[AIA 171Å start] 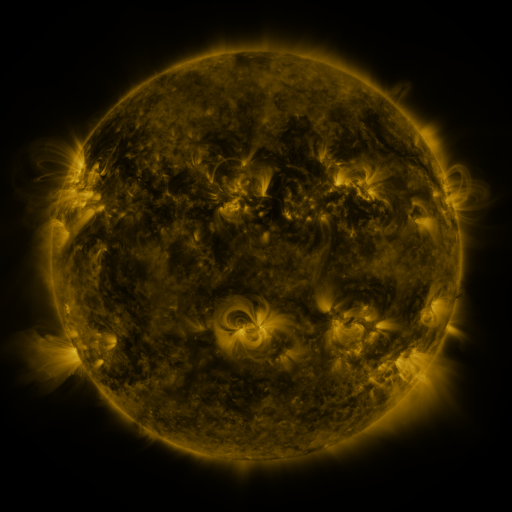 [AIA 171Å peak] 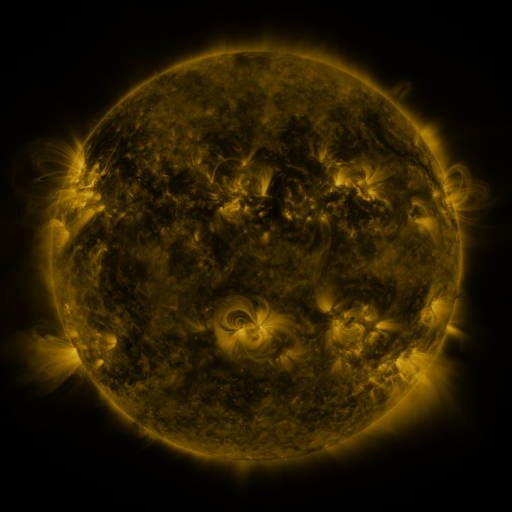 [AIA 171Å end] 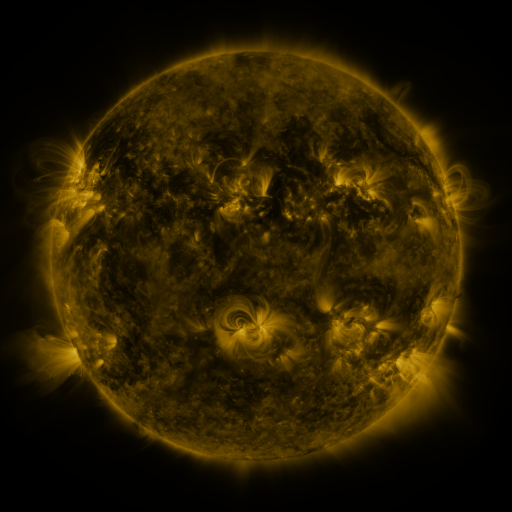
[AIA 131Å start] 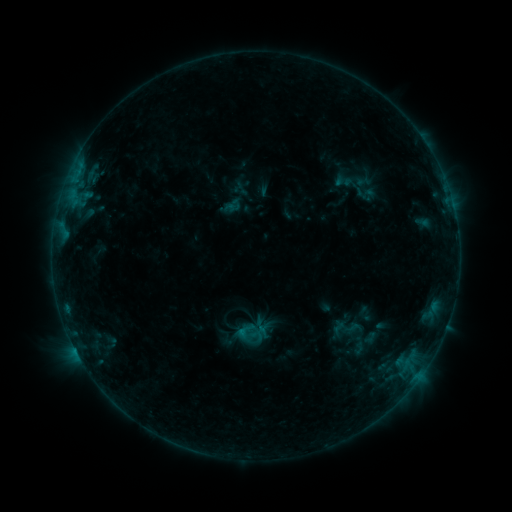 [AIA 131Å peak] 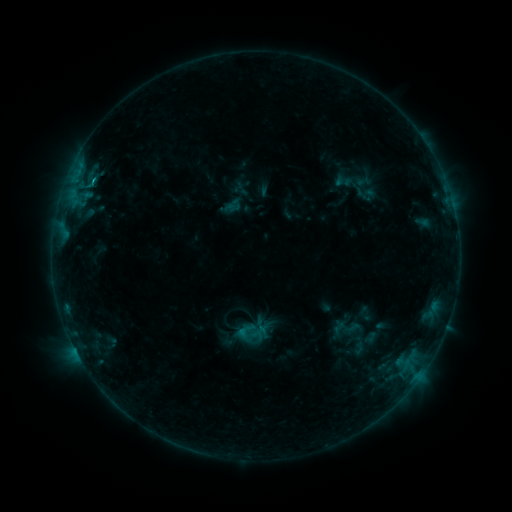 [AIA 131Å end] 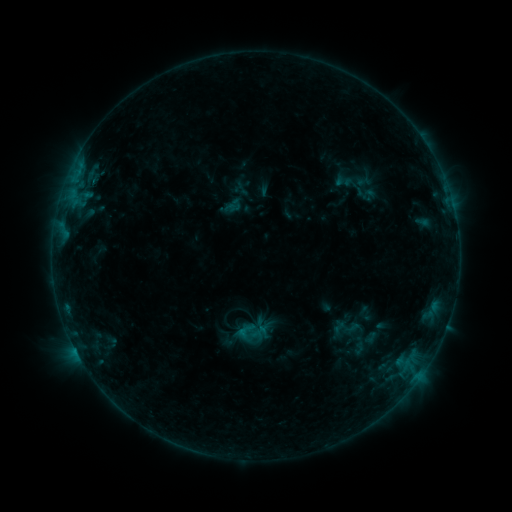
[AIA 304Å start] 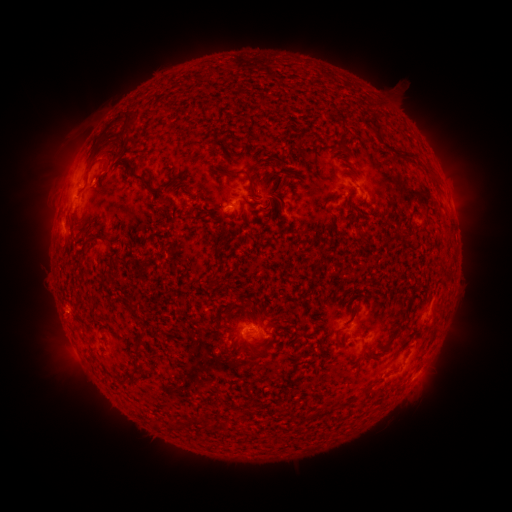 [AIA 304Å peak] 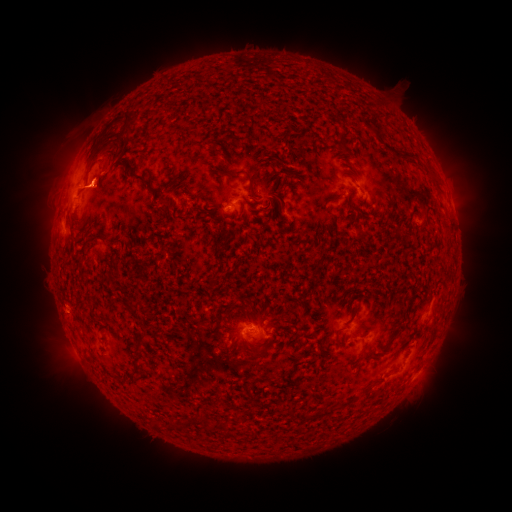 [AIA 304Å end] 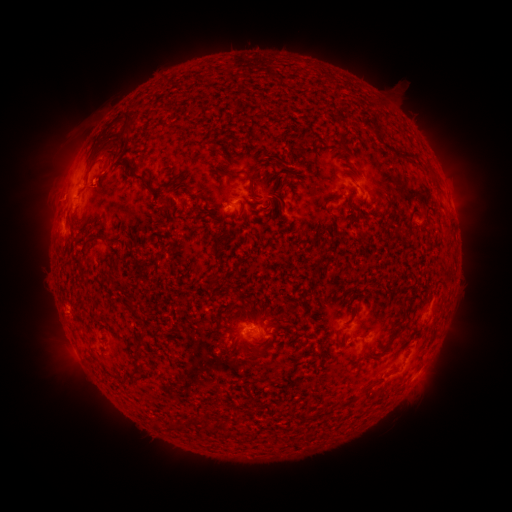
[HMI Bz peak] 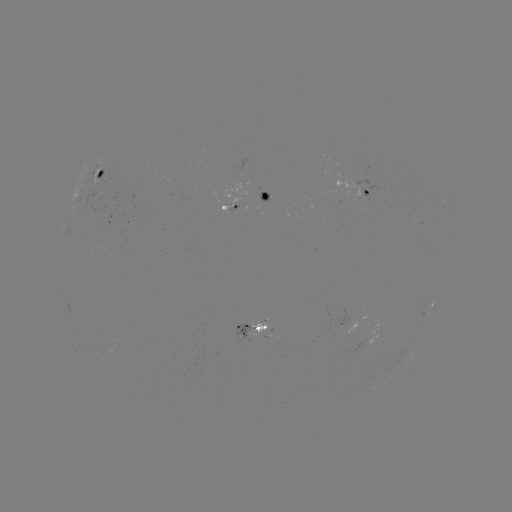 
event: flare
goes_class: B5.8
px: (93, 183)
